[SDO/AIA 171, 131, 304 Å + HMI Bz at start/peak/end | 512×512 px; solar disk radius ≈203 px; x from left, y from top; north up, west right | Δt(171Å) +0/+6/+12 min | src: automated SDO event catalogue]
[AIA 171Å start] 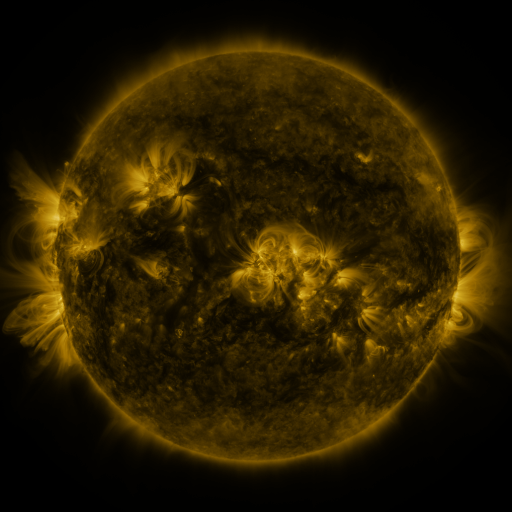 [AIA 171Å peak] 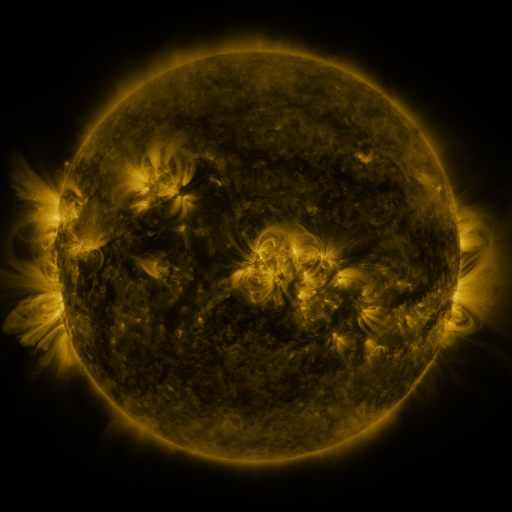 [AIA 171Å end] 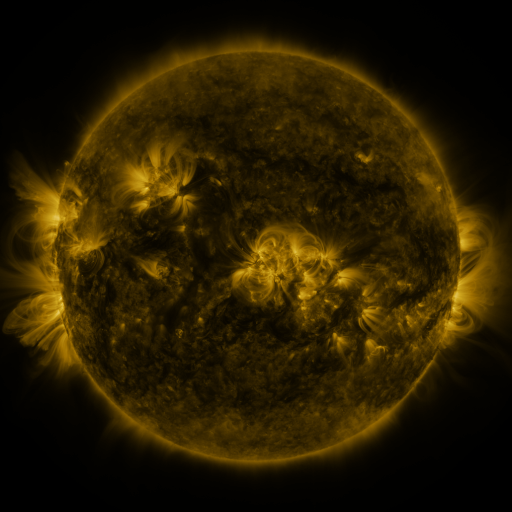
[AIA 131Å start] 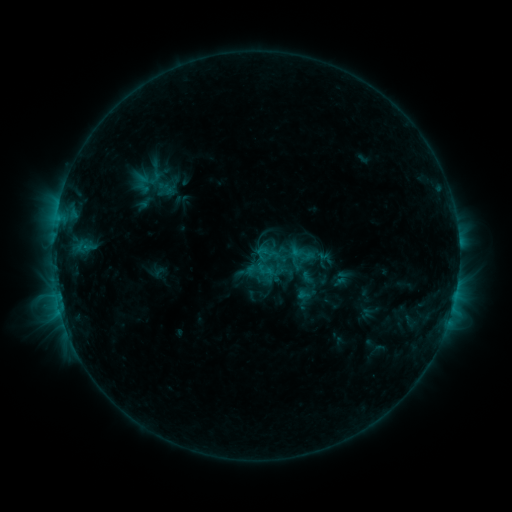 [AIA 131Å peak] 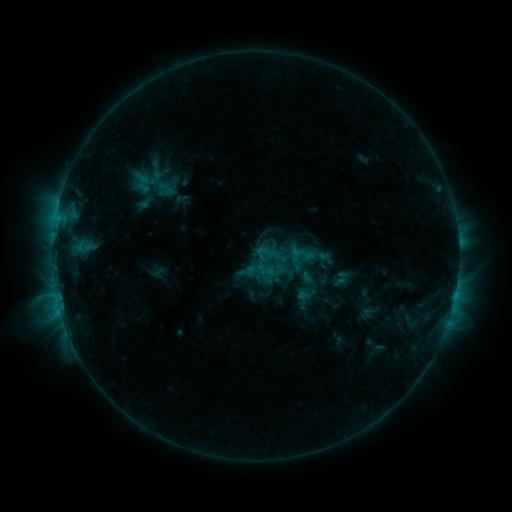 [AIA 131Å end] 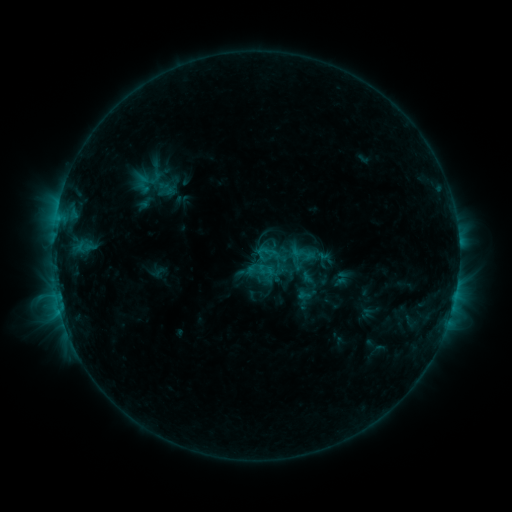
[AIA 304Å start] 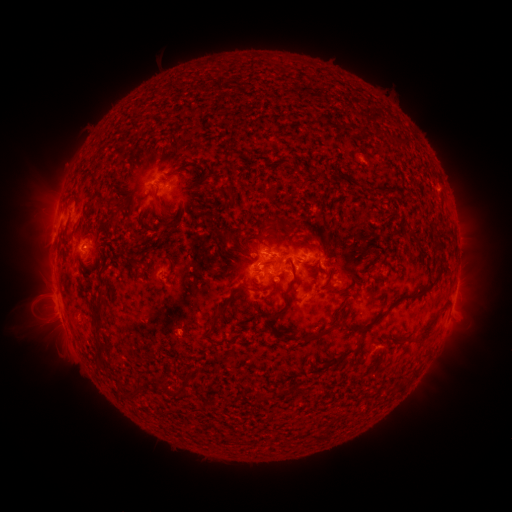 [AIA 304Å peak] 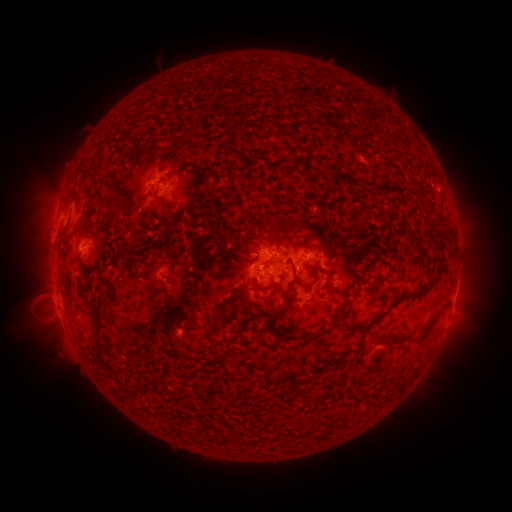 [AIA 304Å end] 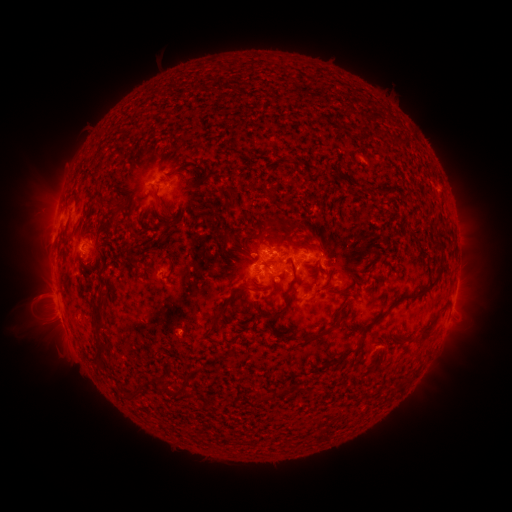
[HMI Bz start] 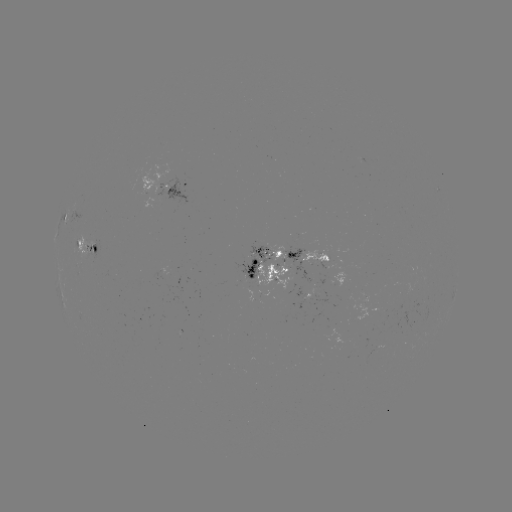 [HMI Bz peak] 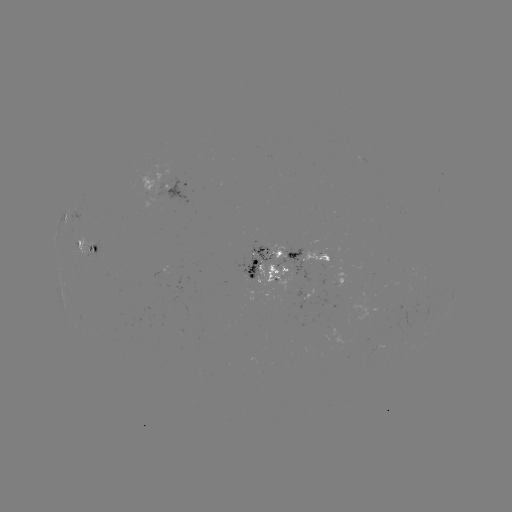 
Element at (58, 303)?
C1.2 flare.